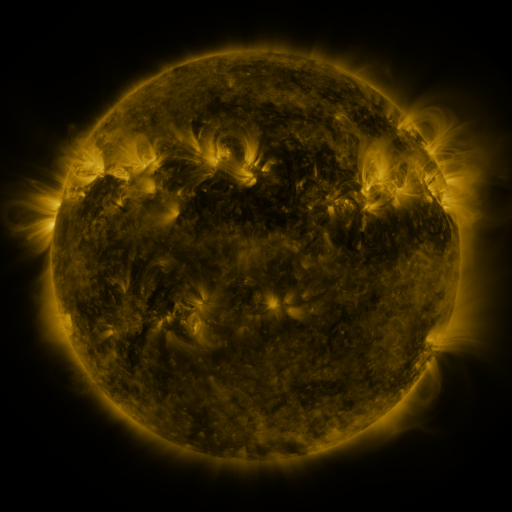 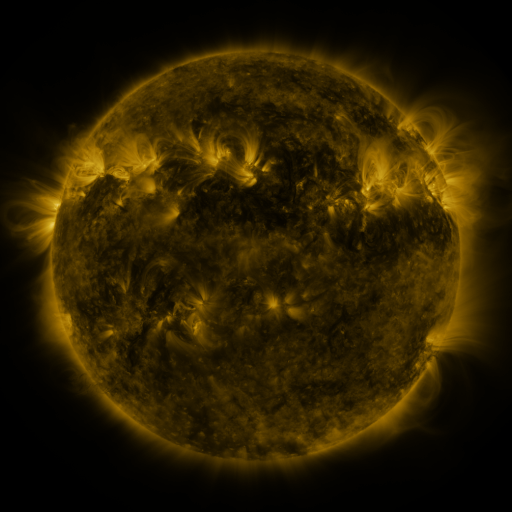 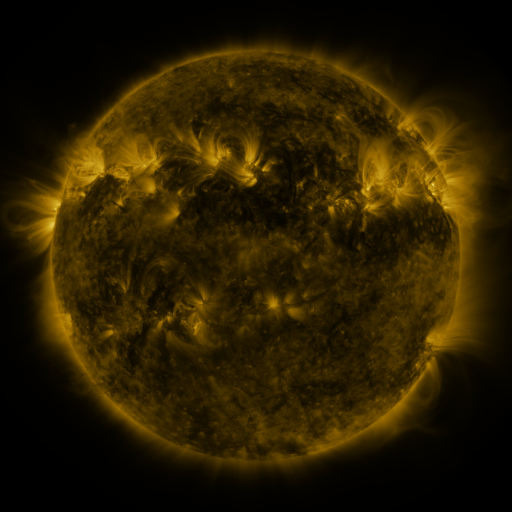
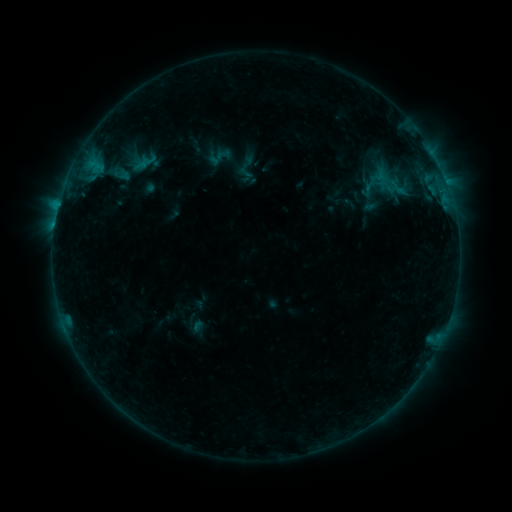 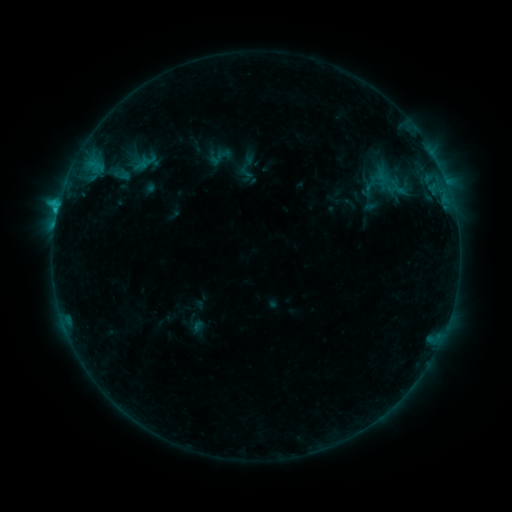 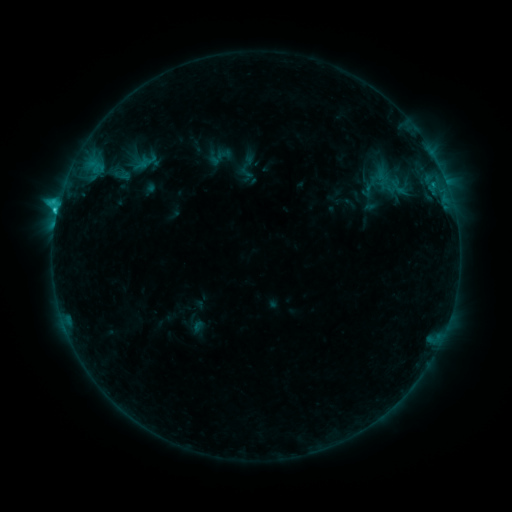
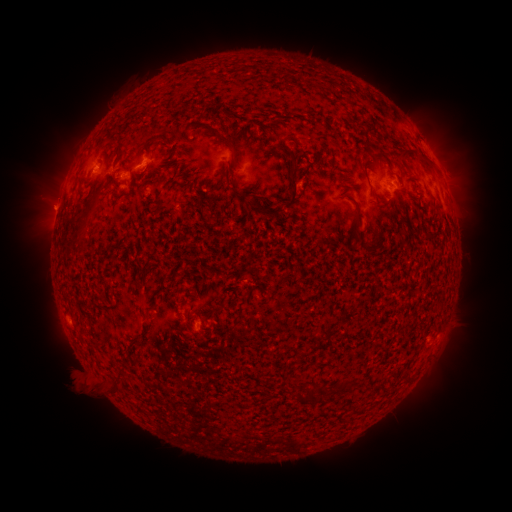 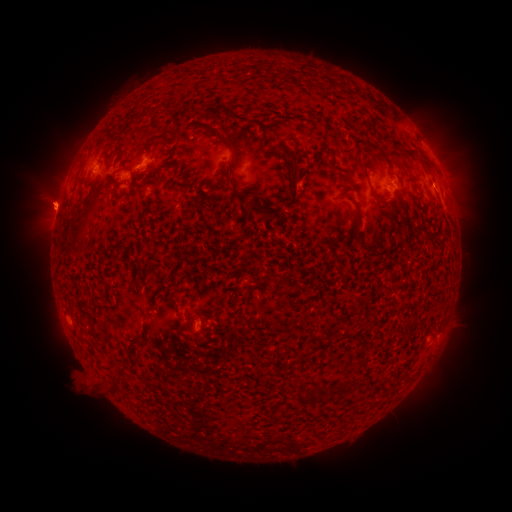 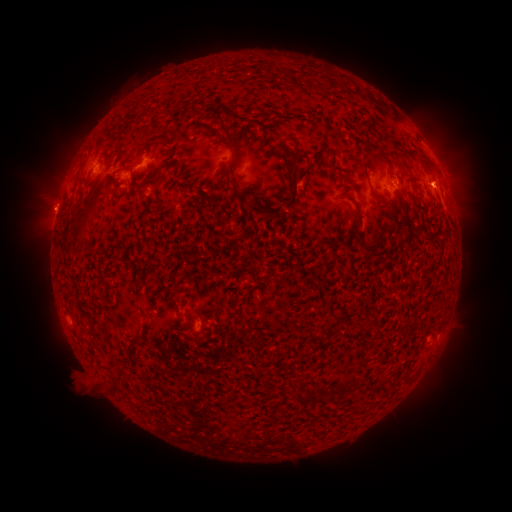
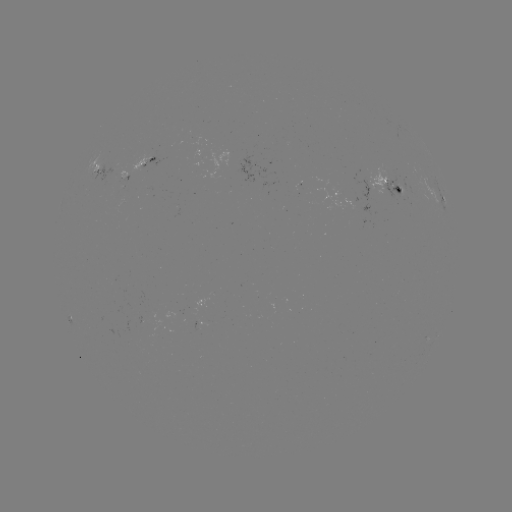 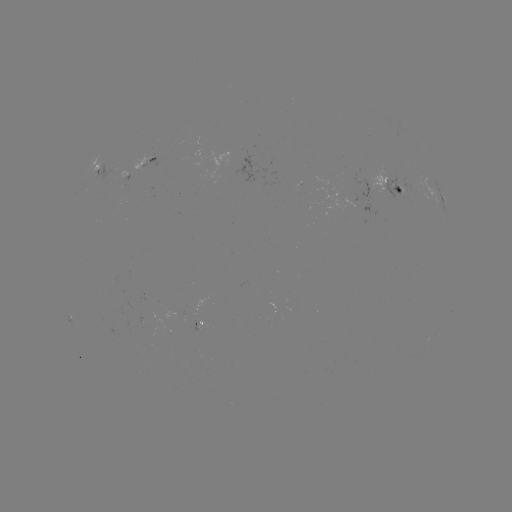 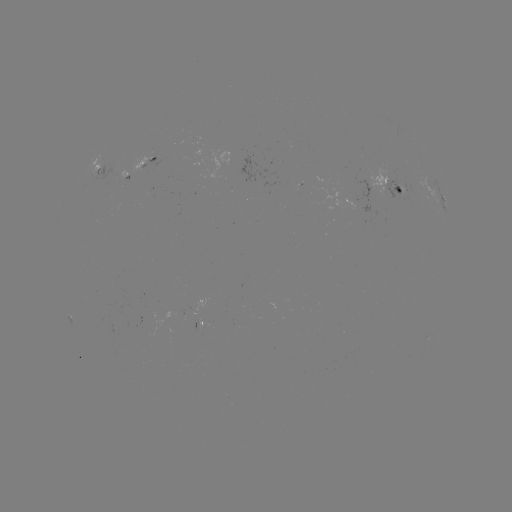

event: eruption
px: (47, 197)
